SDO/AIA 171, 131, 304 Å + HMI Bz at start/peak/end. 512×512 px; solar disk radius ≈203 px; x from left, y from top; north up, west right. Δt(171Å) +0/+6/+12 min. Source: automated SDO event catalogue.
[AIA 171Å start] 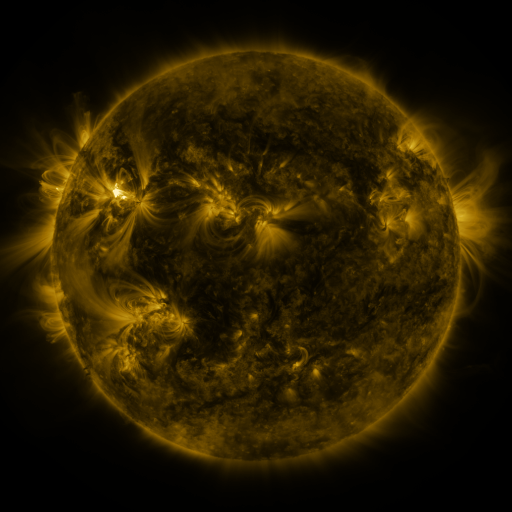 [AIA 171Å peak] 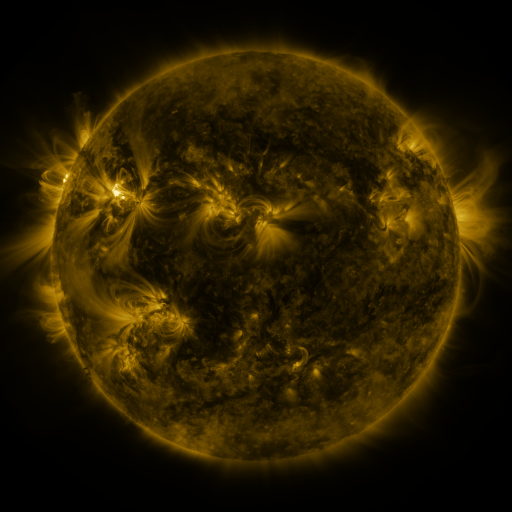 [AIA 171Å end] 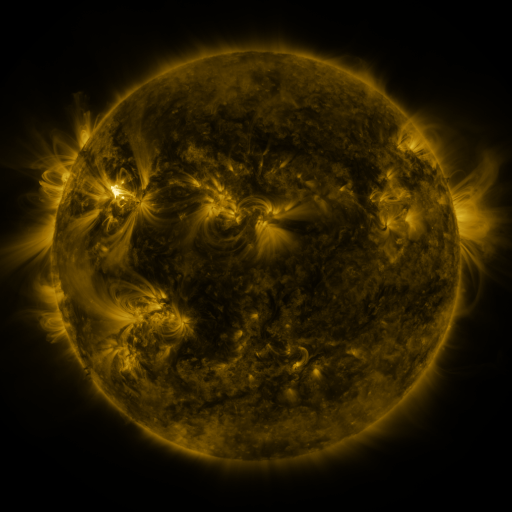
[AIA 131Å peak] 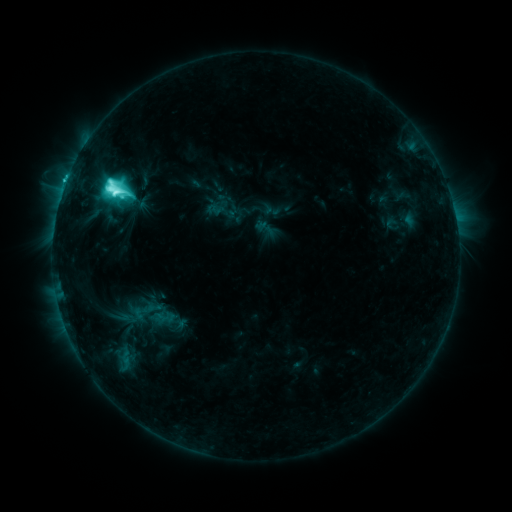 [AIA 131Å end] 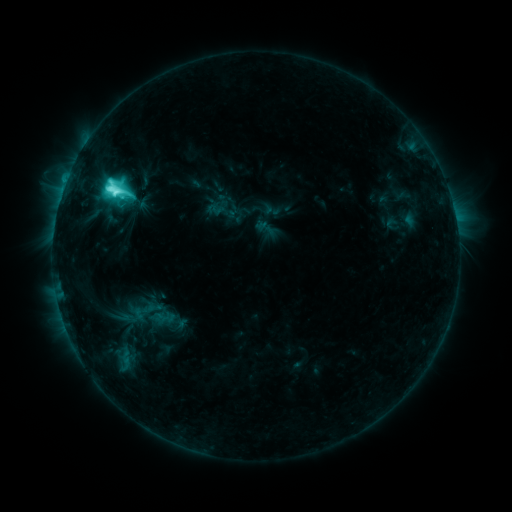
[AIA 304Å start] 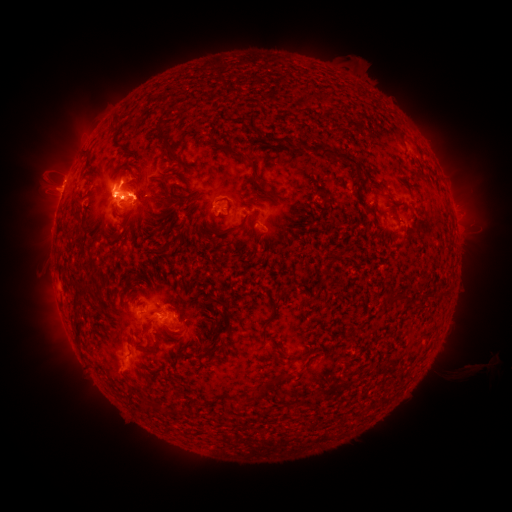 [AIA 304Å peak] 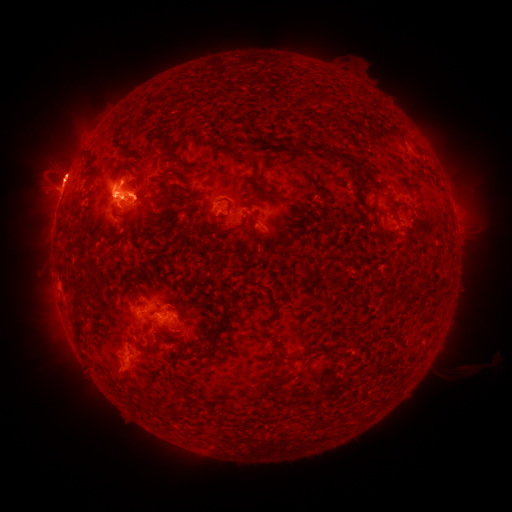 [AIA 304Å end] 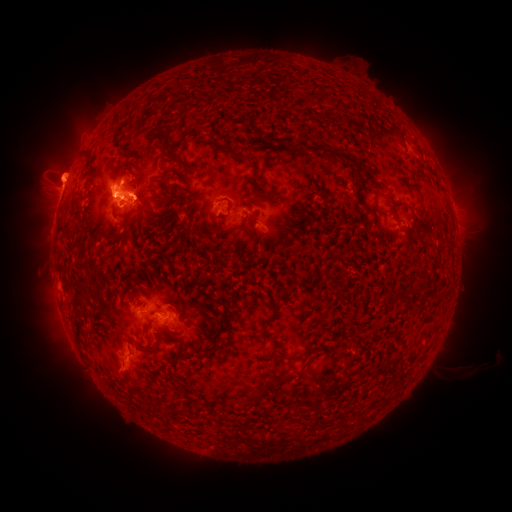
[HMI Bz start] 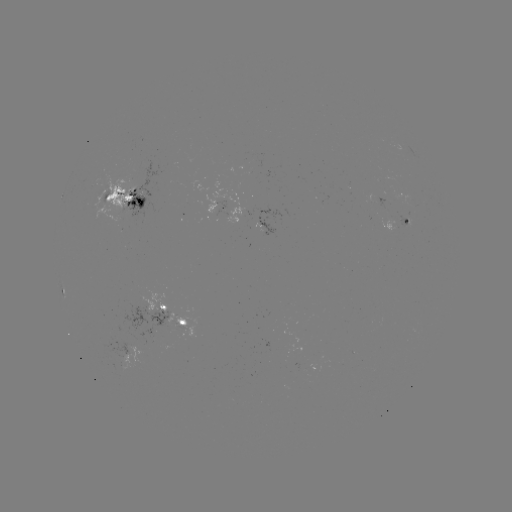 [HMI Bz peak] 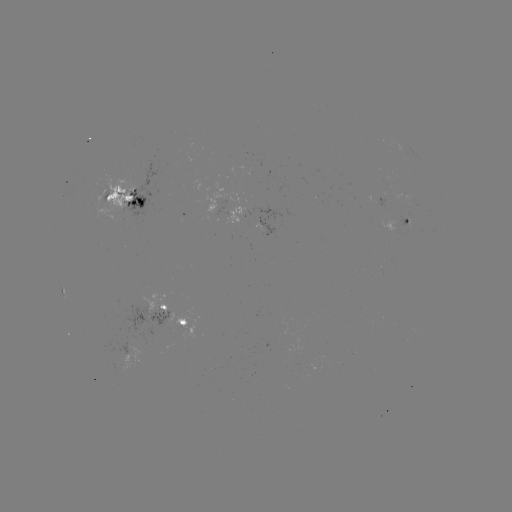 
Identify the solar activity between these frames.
eruption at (61, 169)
